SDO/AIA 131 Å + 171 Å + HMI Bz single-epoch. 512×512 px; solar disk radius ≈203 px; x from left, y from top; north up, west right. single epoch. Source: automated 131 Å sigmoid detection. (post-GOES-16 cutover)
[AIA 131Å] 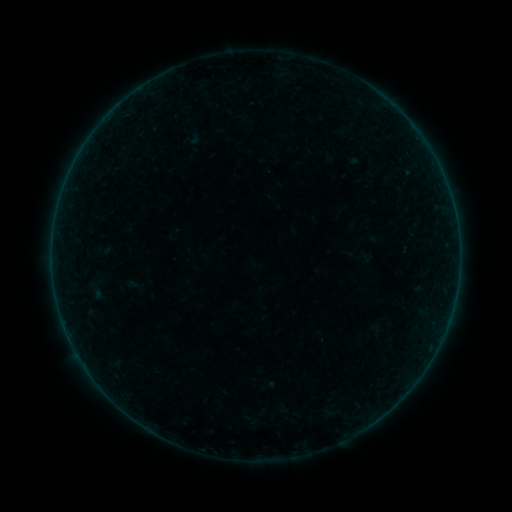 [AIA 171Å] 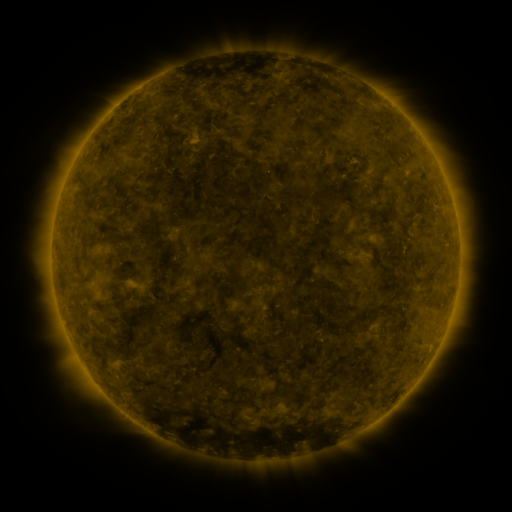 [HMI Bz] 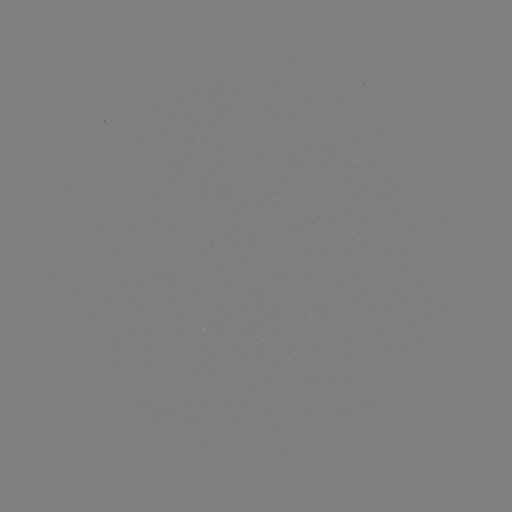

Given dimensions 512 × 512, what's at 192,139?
sigmoid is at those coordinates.